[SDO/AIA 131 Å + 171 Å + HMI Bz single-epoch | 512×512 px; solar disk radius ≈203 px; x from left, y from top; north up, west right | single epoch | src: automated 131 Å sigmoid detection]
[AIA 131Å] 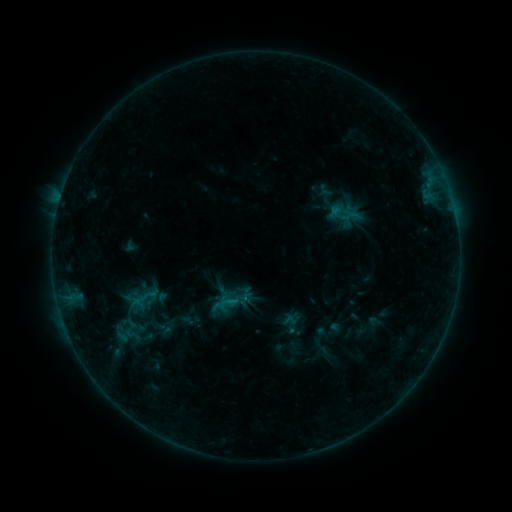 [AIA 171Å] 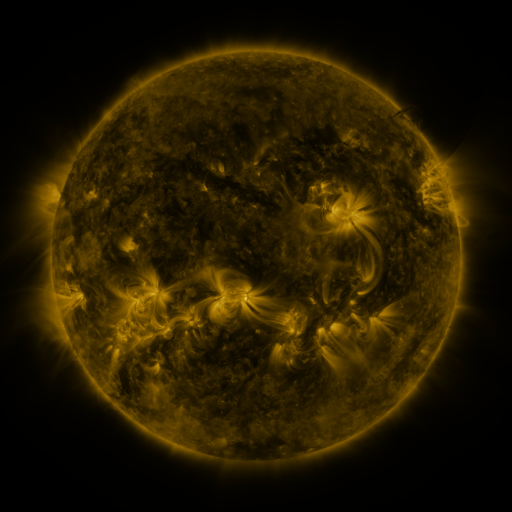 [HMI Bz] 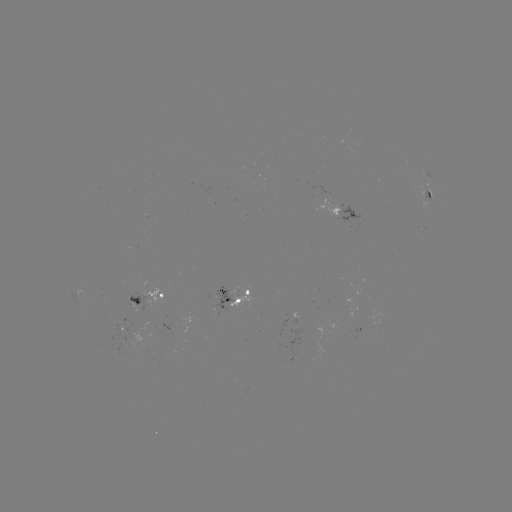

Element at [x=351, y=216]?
sigmoid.